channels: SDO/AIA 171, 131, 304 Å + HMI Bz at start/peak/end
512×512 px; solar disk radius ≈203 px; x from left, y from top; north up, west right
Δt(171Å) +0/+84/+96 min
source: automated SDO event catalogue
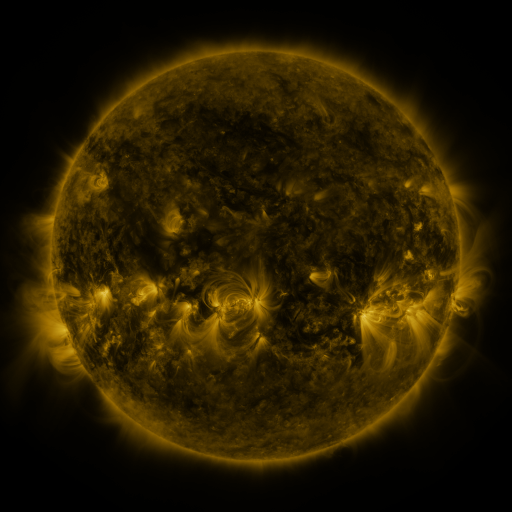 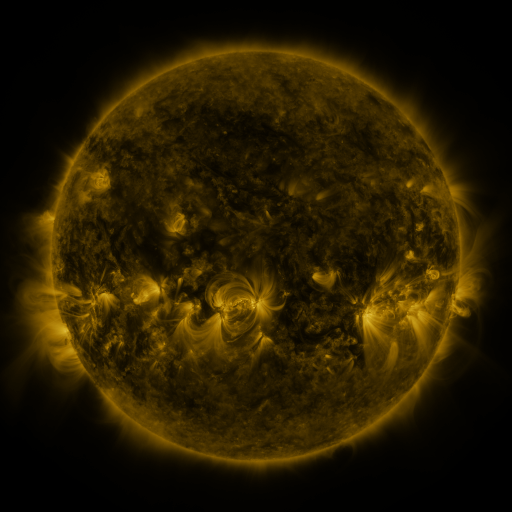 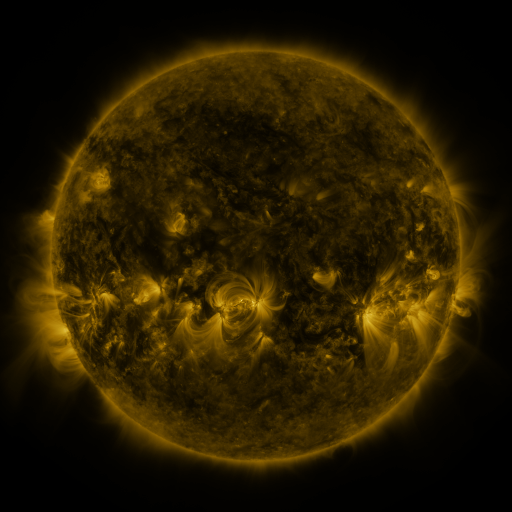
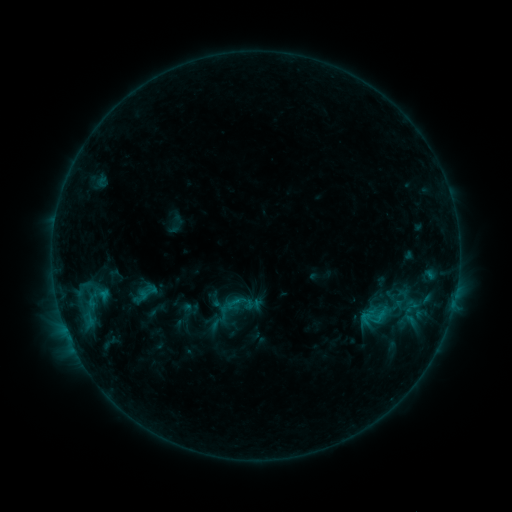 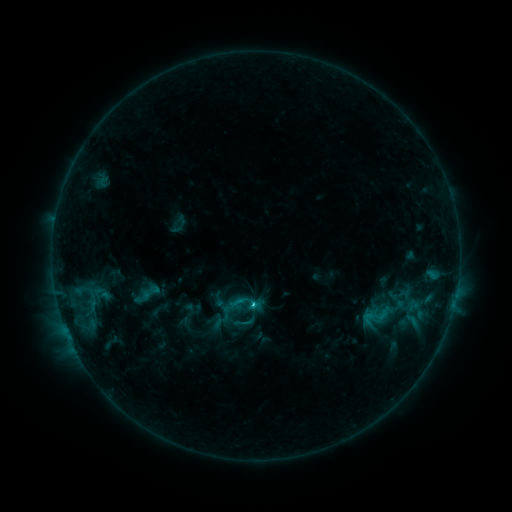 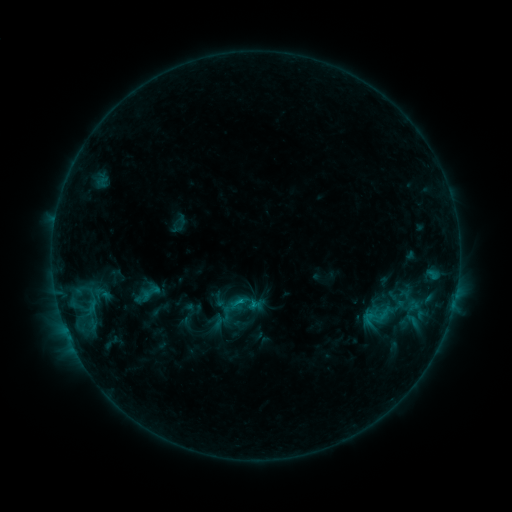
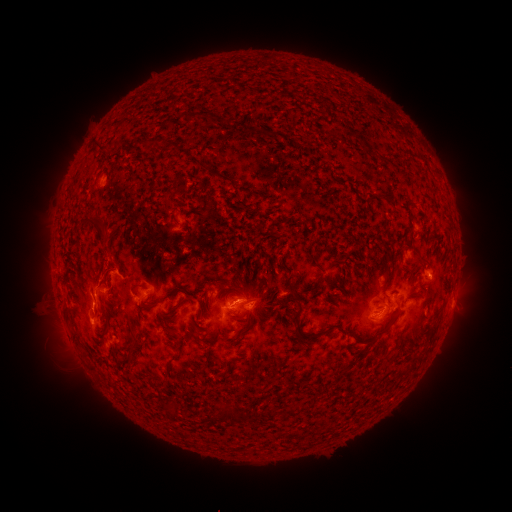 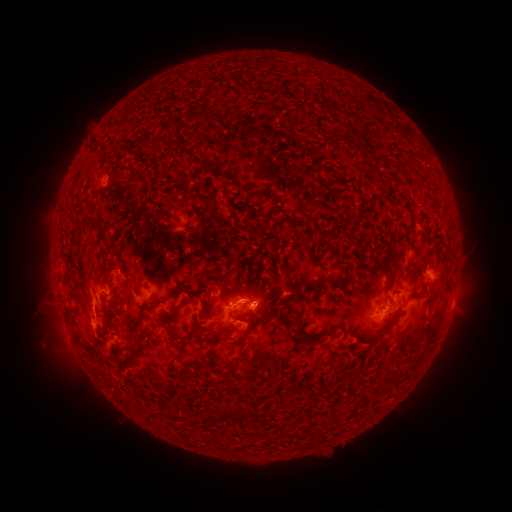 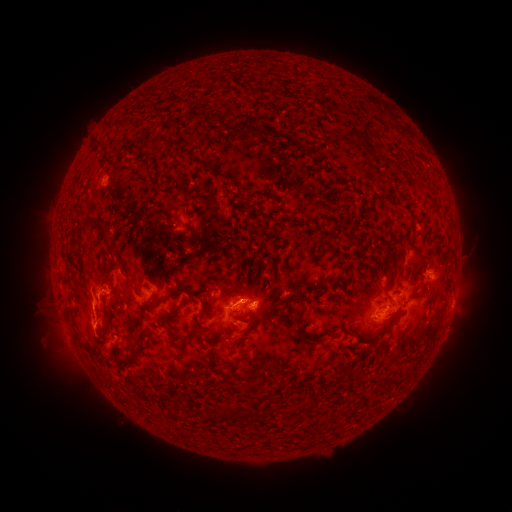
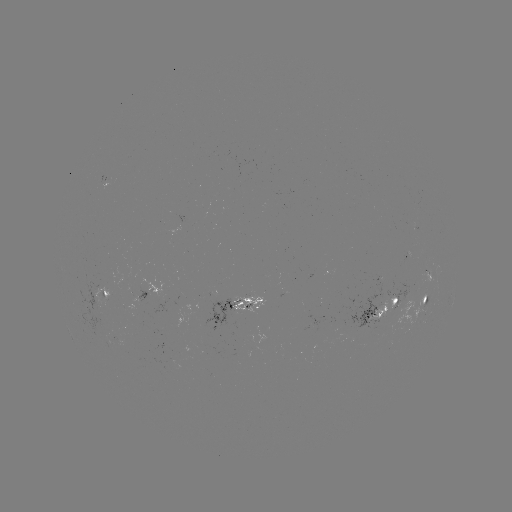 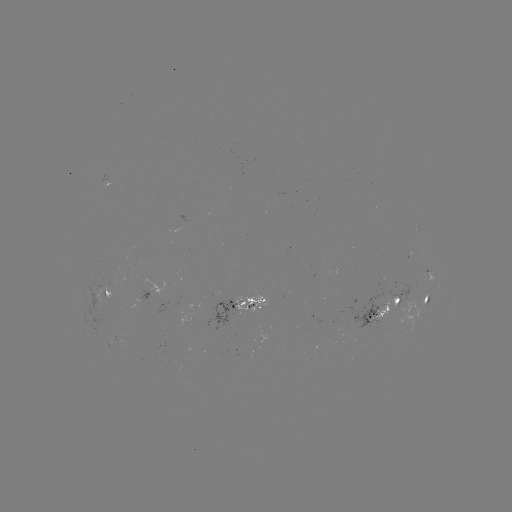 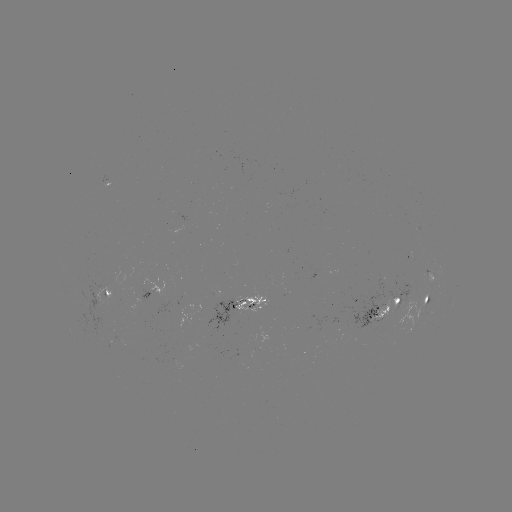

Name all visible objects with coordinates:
emerging-flux region: (209, 309)
